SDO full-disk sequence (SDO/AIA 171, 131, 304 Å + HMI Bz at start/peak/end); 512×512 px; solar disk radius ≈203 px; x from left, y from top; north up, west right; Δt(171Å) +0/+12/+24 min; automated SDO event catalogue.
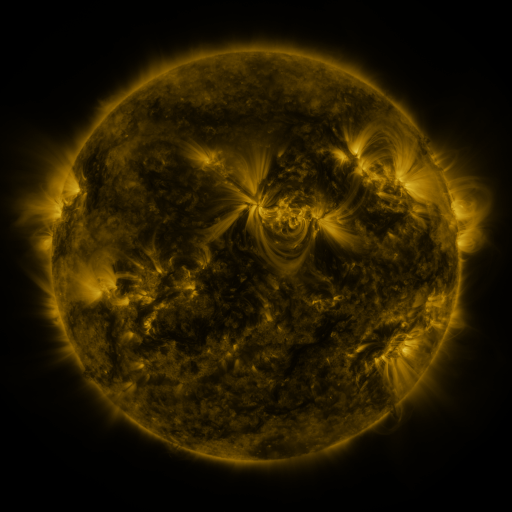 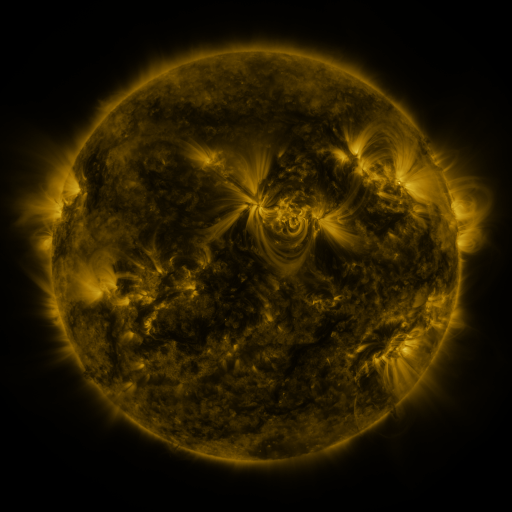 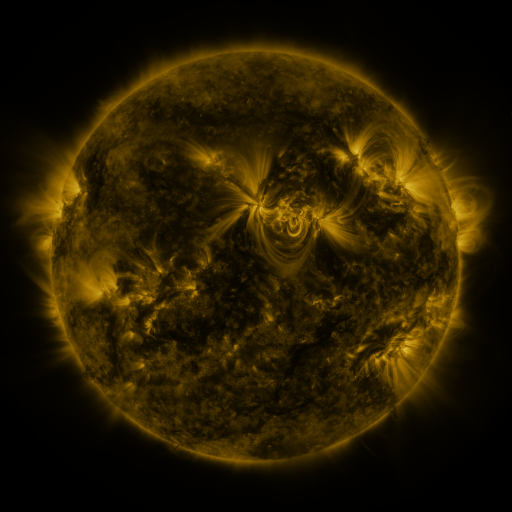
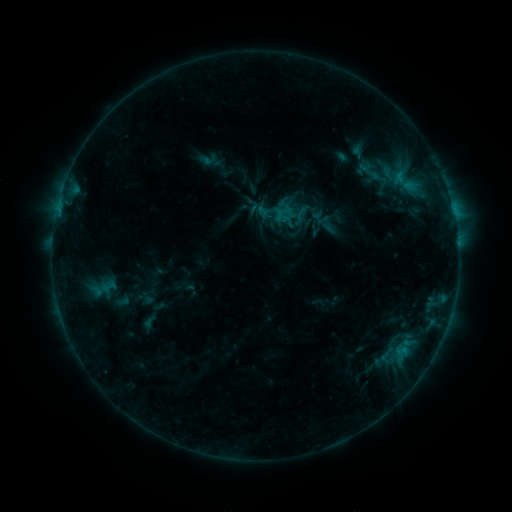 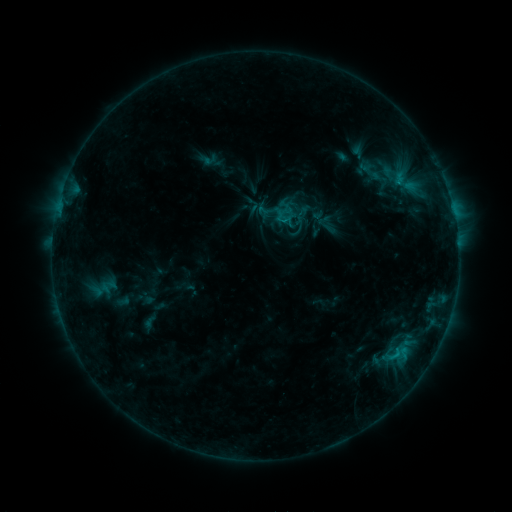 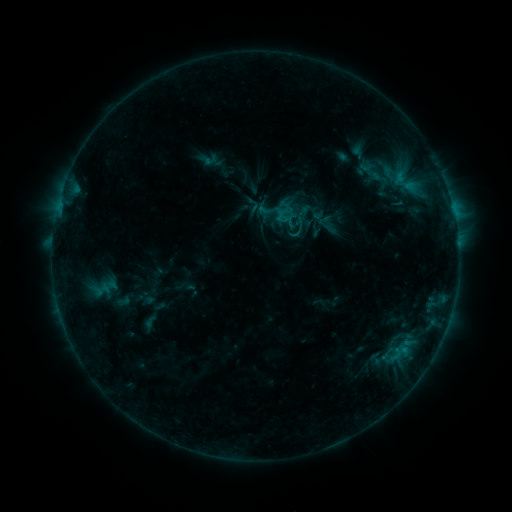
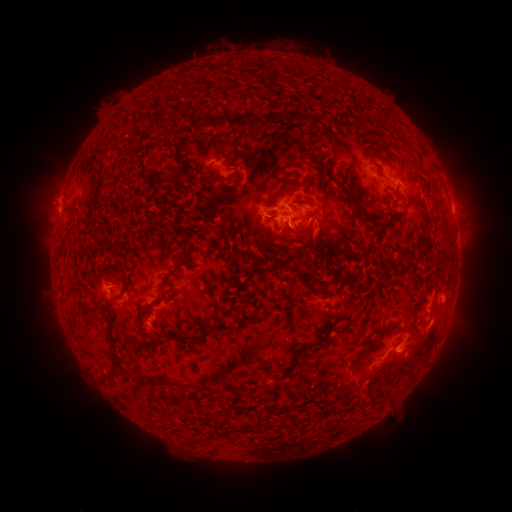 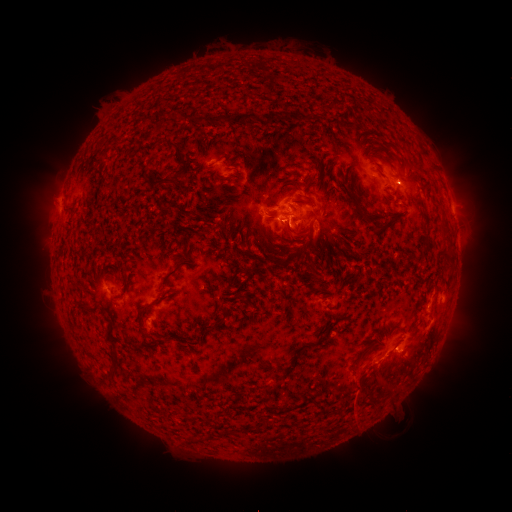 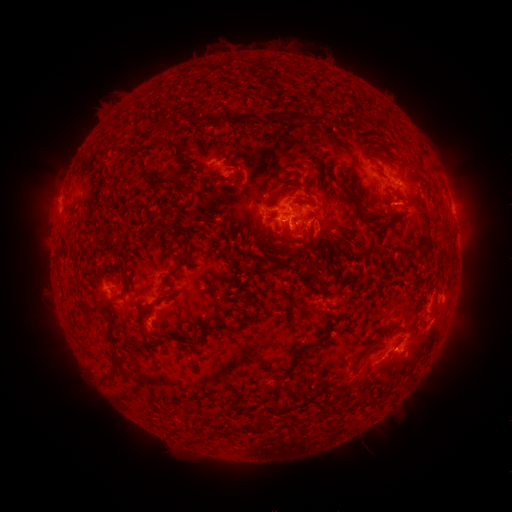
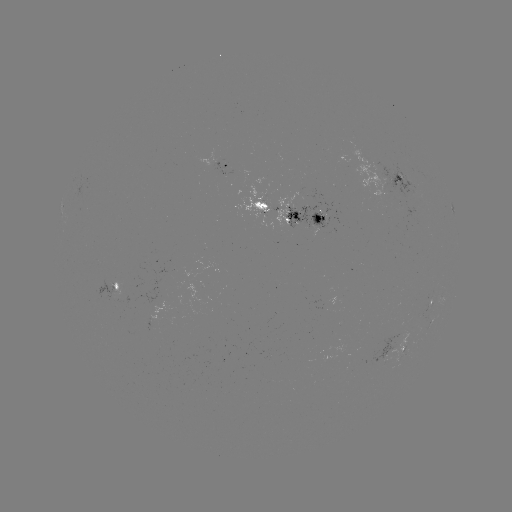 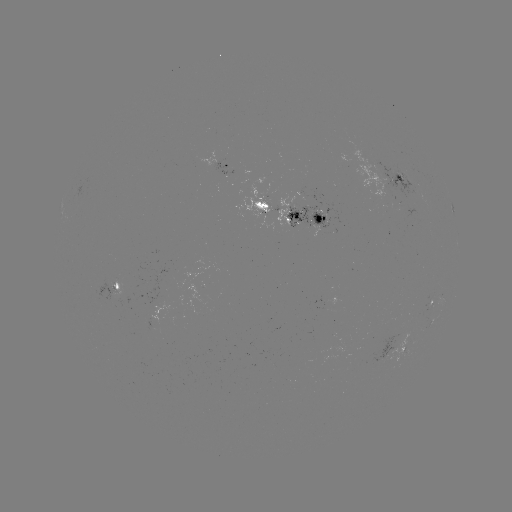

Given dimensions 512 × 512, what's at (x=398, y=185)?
C1.1 flare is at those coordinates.